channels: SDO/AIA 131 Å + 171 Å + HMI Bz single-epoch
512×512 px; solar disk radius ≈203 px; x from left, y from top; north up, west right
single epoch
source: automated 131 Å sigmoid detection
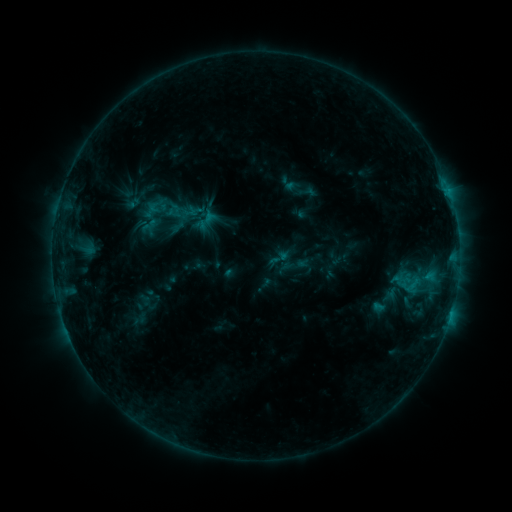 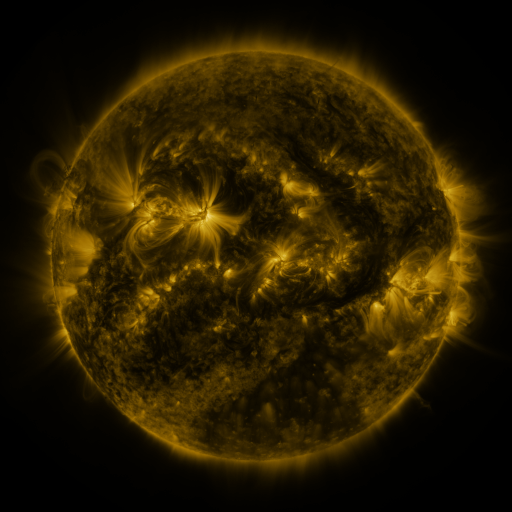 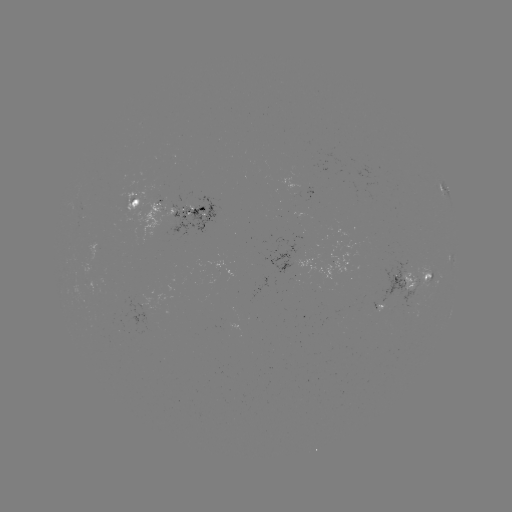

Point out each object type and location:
sigmoid: [279, 174, 299, 193]
sigmoid: [147, 197, 176, 225]
sigmoid: [195, 207, 220, 232]
sigmoid: [267, 246, 290, 270]
